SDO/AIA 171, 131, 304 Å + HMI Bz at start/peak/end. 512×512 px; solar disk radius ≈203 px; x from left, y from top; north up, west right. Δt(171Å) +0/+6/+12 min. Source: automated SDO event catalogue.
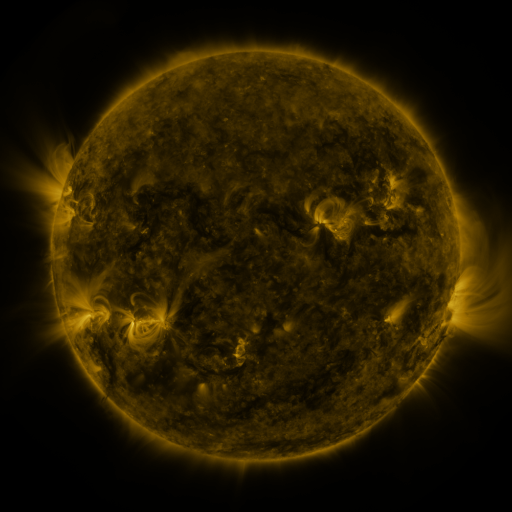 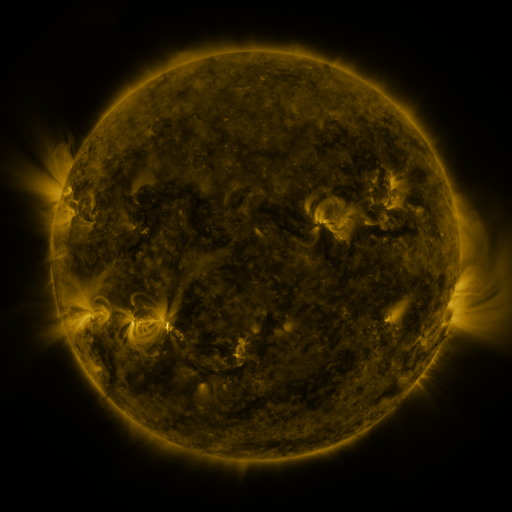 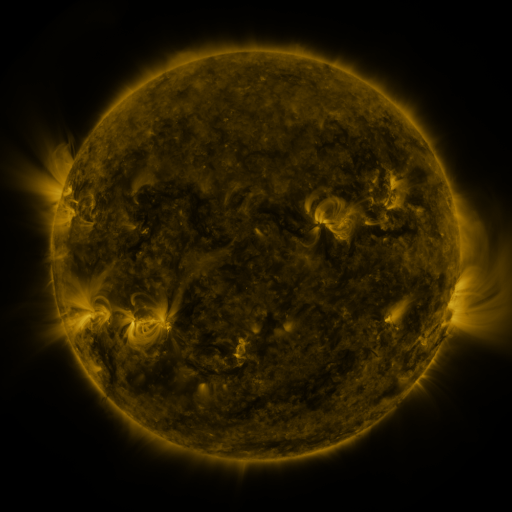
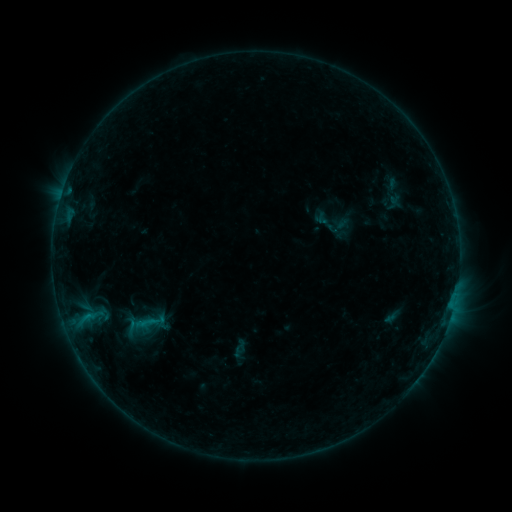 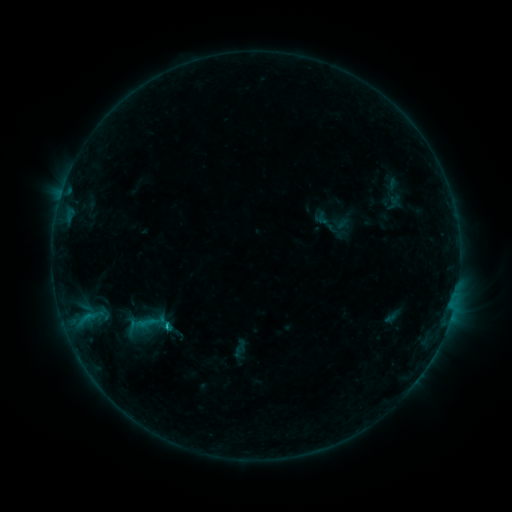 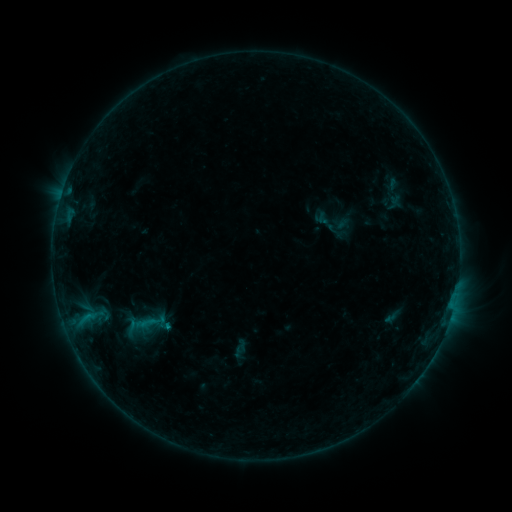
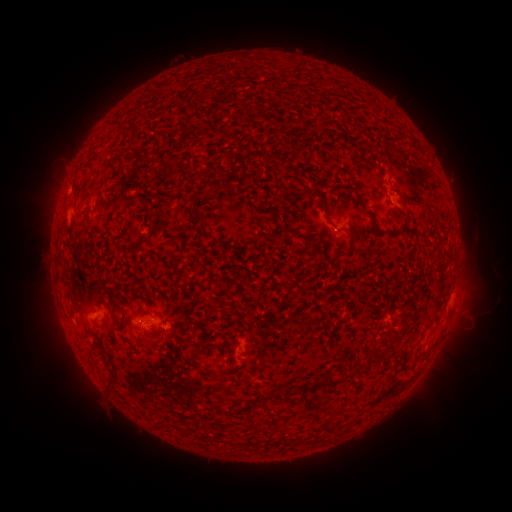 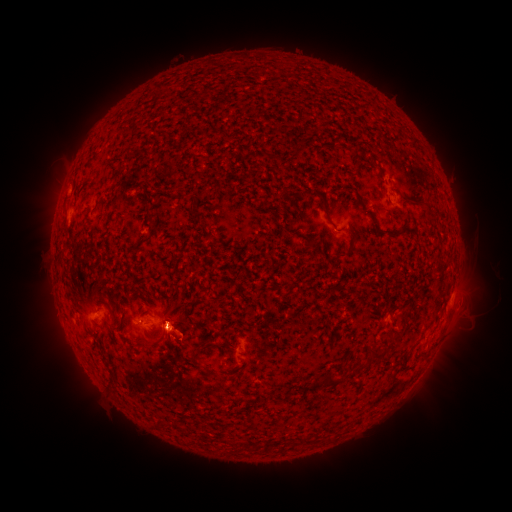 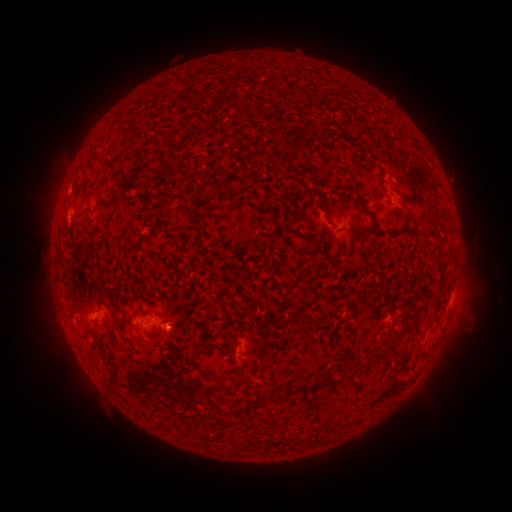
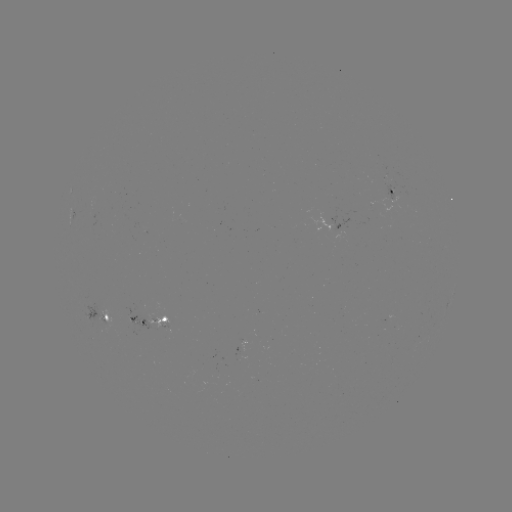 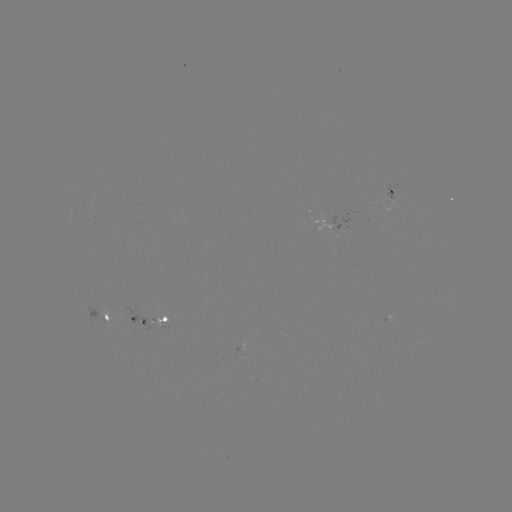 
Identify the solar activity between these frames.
B6.5 flare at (168, 323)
